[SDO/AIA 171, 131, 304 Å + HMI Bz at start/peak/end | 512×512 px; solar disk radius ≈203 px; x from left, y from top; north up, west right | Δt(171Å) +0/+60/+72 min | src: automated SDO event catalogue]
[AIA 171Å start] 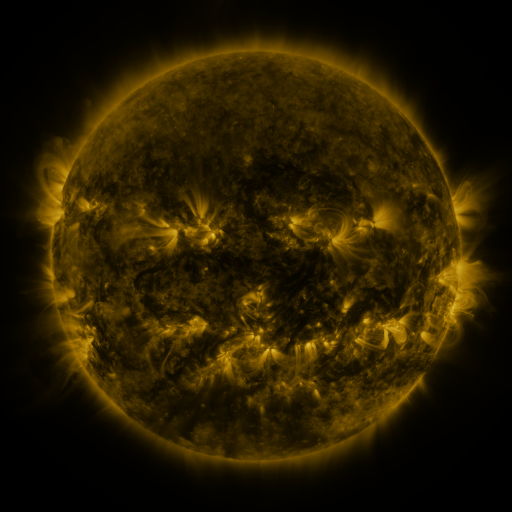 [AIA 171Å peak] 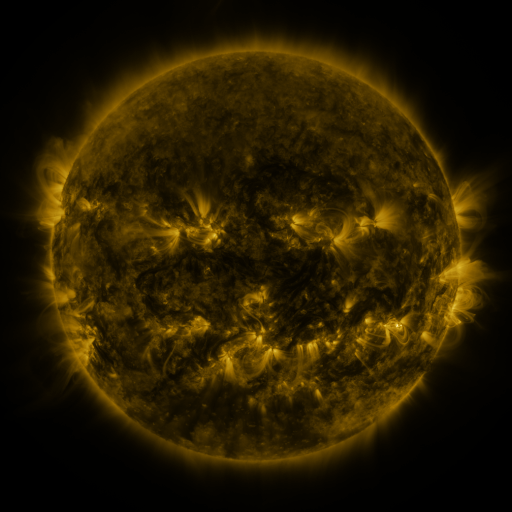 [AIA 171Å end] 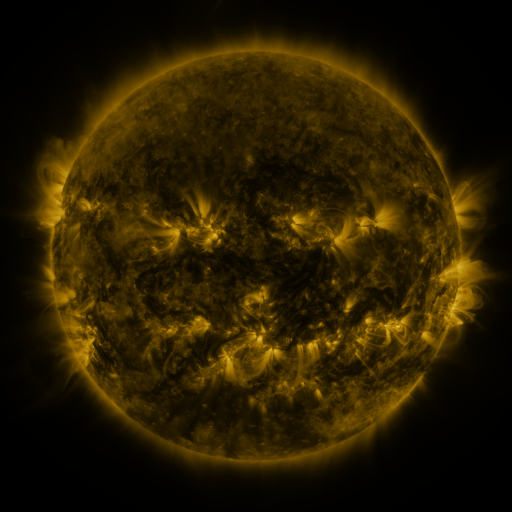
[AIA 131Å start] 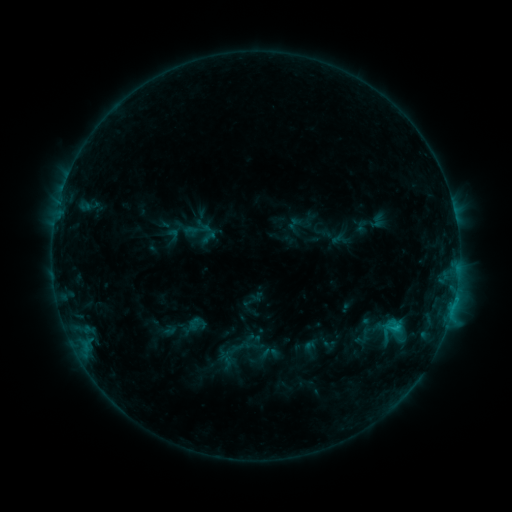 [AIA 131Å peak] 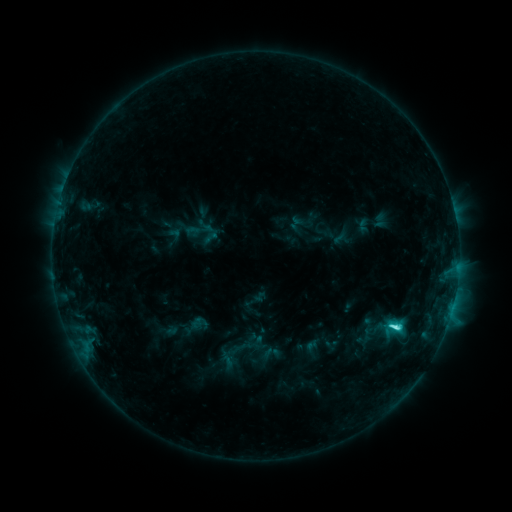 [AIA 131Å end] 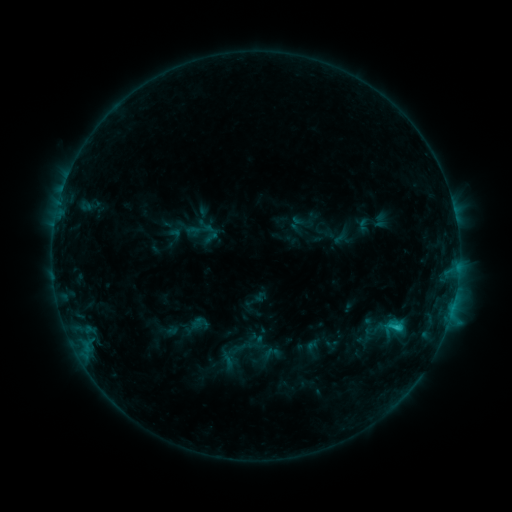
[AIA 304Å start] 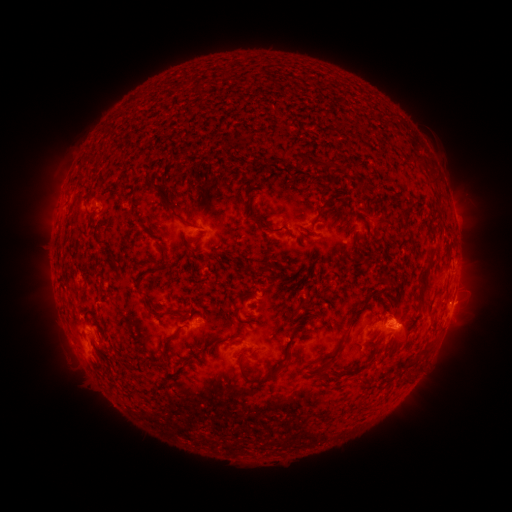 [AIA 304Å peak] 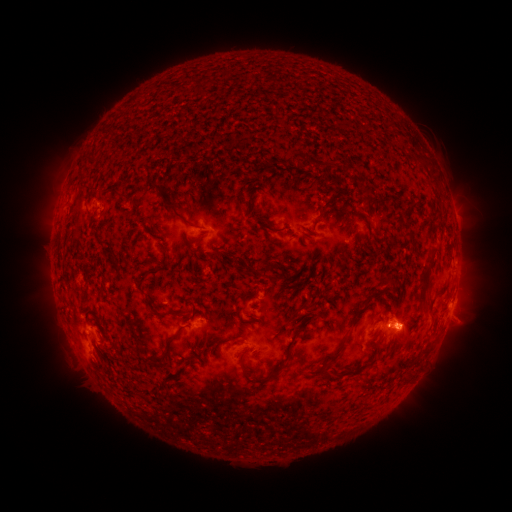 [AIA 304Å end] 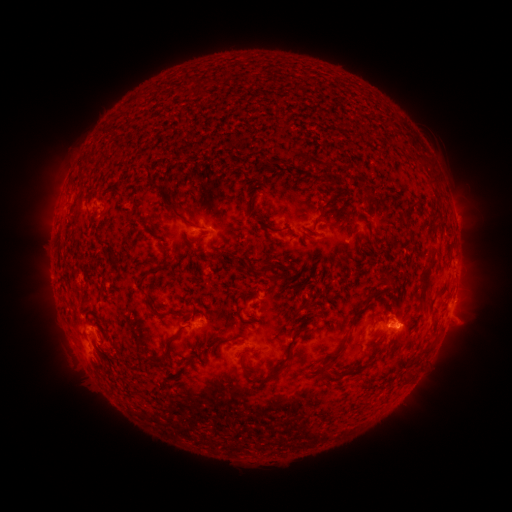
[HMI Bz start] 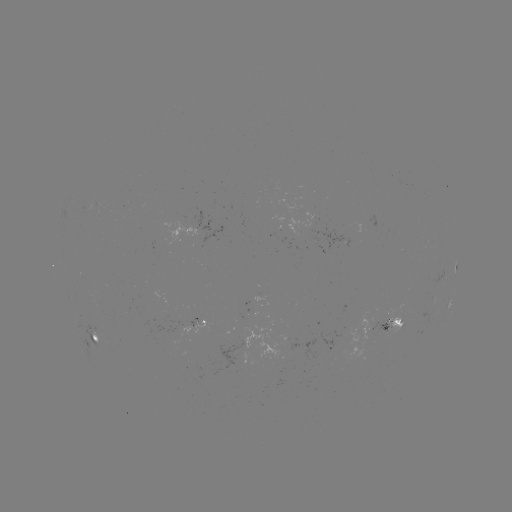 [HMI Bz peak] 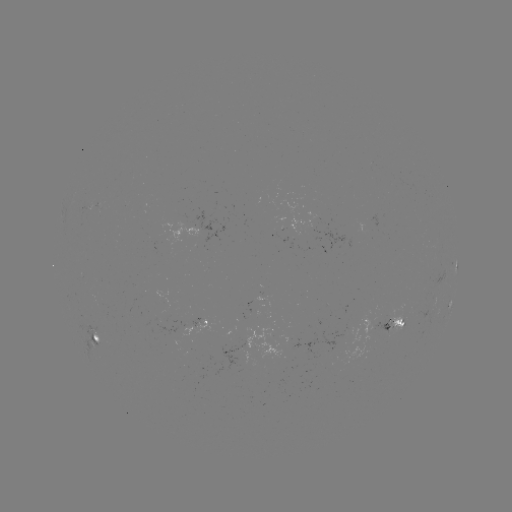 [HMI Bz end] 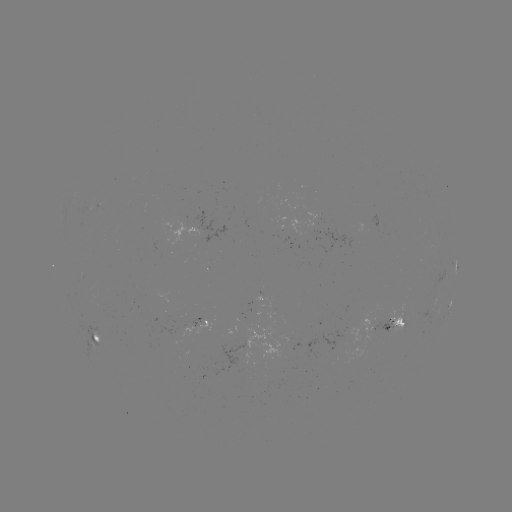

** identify emerging-flux region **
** (285, 233) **